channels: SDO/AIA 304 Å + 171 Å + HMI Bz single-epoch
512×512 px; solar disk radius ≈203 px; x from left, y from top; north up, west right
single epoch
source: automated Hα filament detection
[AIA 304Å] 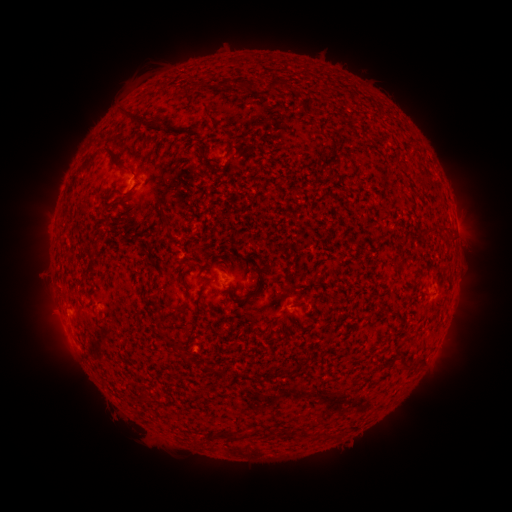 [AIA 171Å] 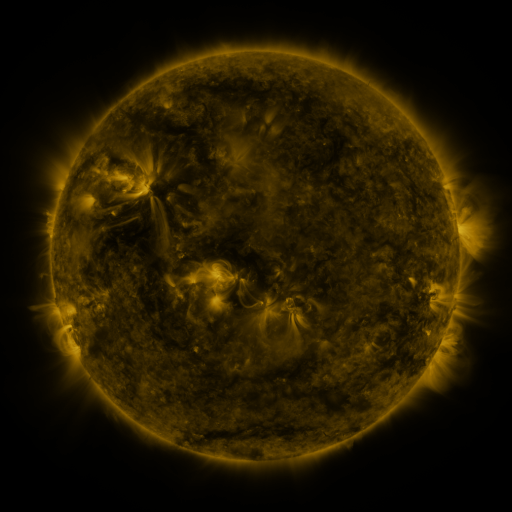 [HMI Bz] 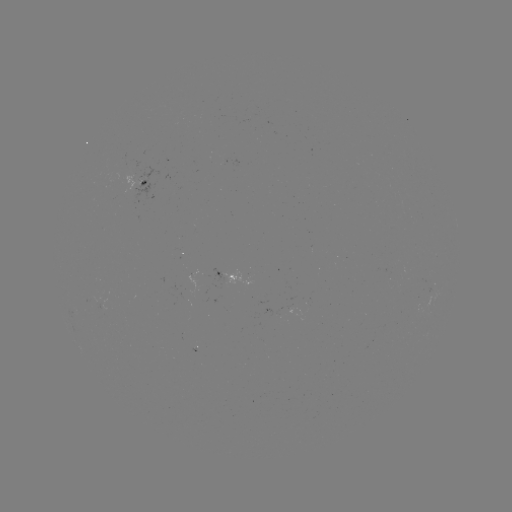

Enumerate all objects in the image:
filament: (240, 84)
filament: (219, 85)
filament: (270, 85)
filament: (206, 115)
filament: (125, 117)
filament: (159, 128)
filament: (95, 158)
filament: (206, 281)
filament: (253, 294)
filament: (145, 296)
filament: (180, 313)
filament: (162, 333)
filament: (185, 356)
filament: (404, 360)
filament: (149, 401)
filament: (274, 430)
filament: (329, 433)
filament: (236, 438)
